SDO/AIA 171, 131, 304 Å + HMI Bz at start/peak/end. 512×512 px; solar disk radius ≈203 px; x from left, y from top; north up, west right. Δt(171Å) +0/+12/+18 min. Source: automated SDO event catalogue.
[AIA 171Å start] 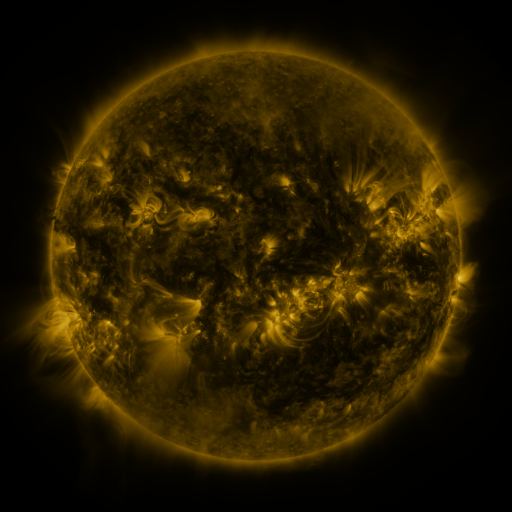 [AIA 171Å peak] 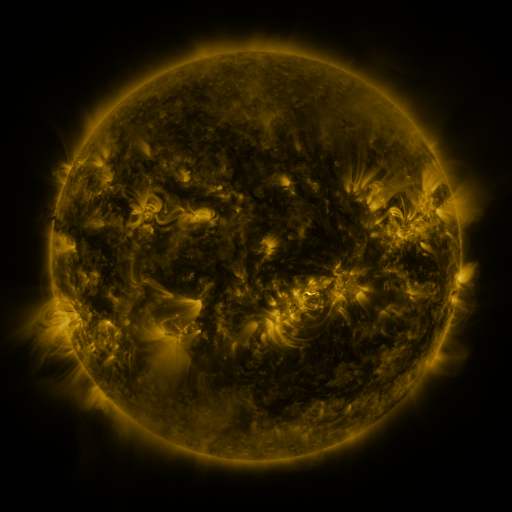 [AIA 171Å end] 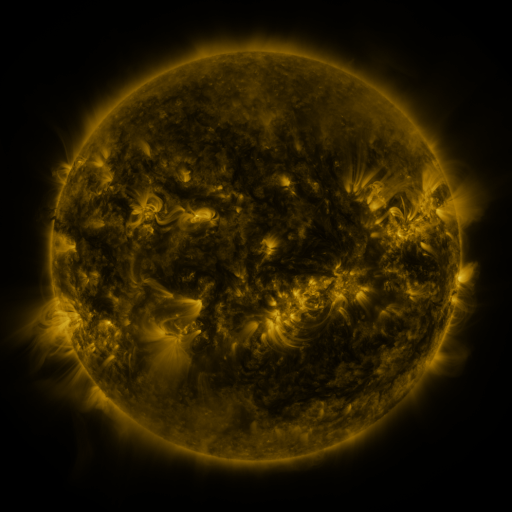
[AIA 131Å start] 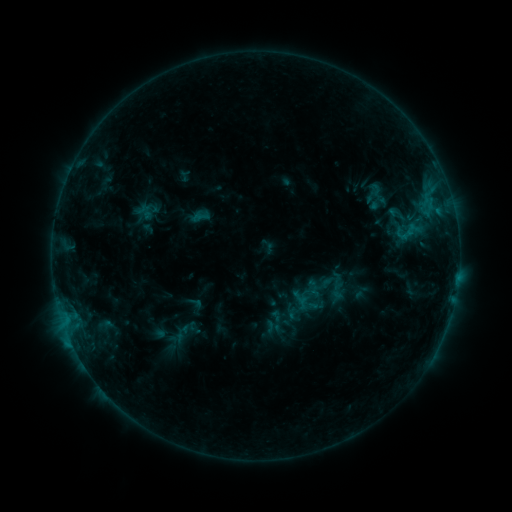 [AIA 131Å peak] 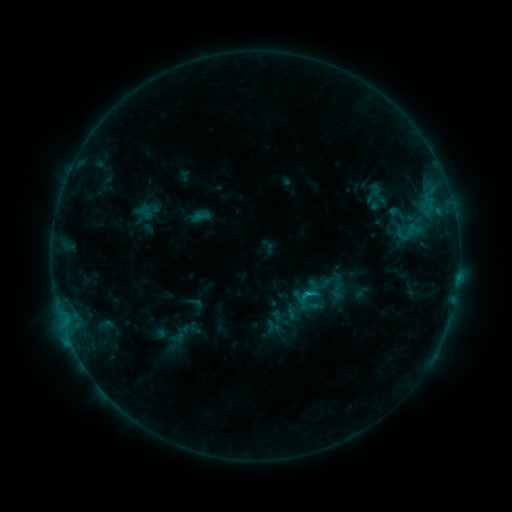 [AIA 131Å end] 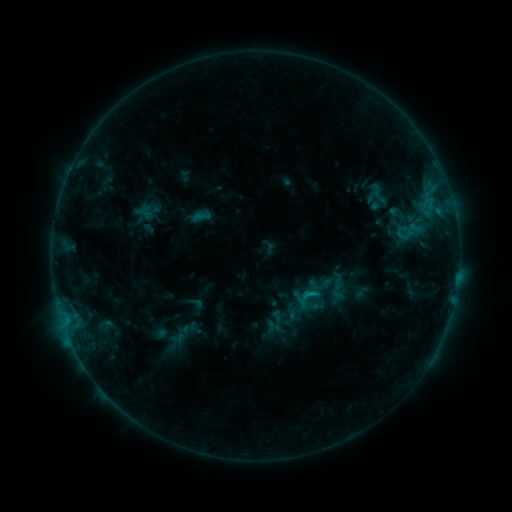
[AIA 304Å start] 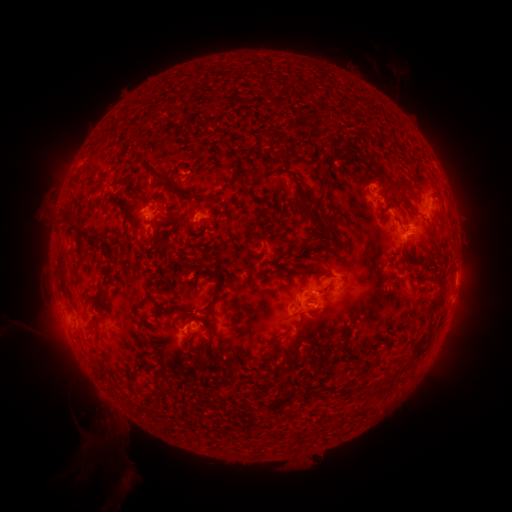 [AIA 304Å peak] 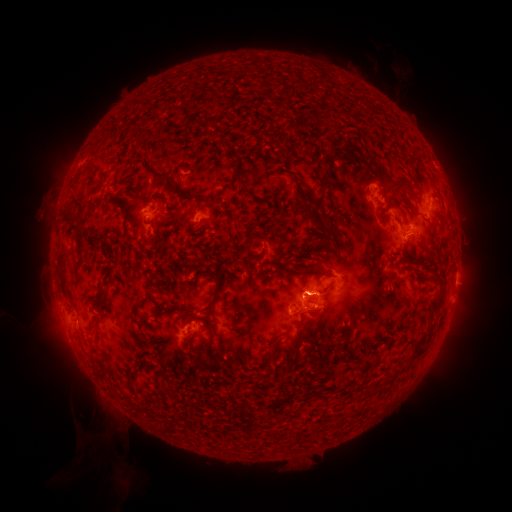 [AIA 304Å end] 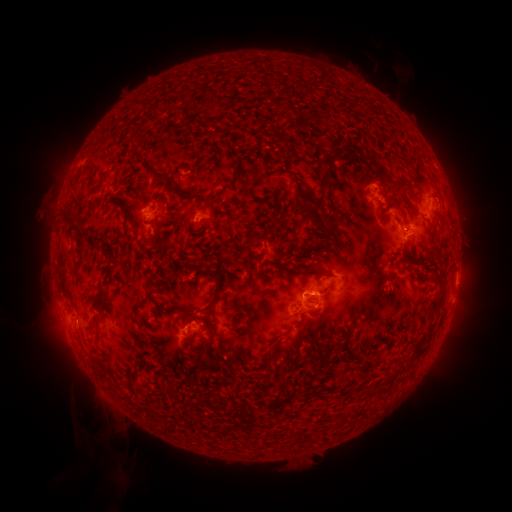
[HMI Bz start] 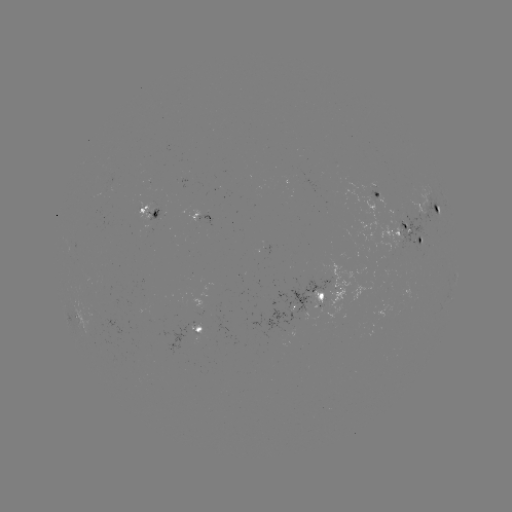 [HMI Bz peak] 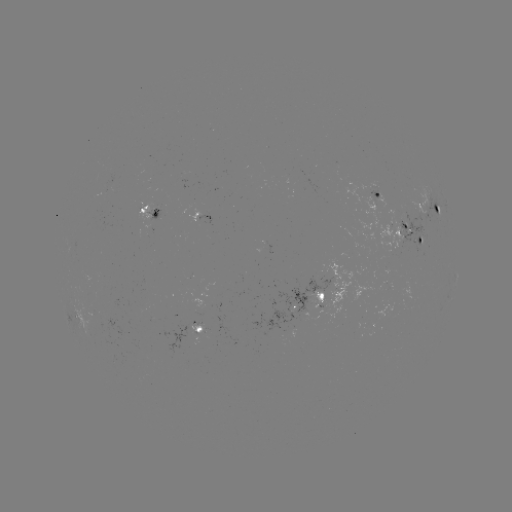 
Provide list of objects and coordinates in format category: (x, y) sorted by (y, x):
C1.4 flare: (307, 293)
